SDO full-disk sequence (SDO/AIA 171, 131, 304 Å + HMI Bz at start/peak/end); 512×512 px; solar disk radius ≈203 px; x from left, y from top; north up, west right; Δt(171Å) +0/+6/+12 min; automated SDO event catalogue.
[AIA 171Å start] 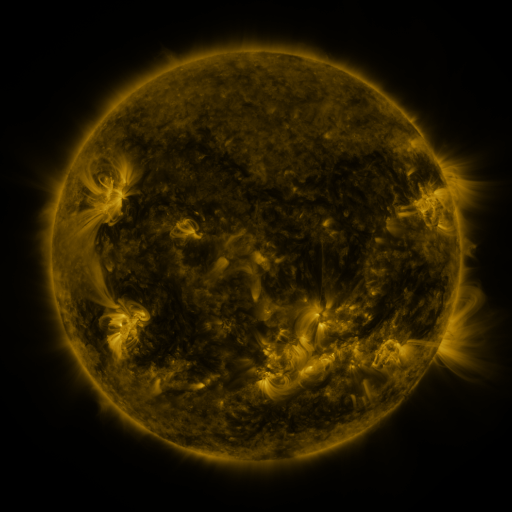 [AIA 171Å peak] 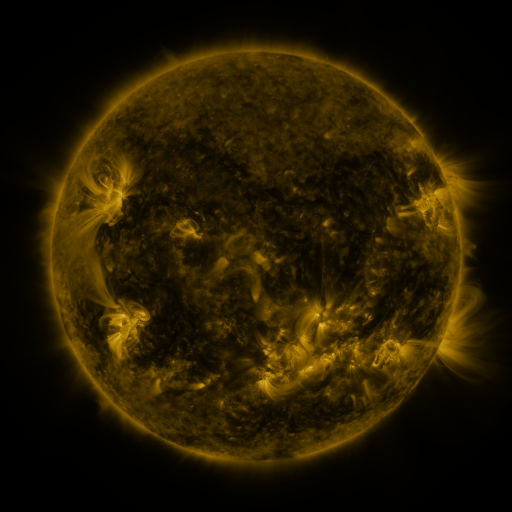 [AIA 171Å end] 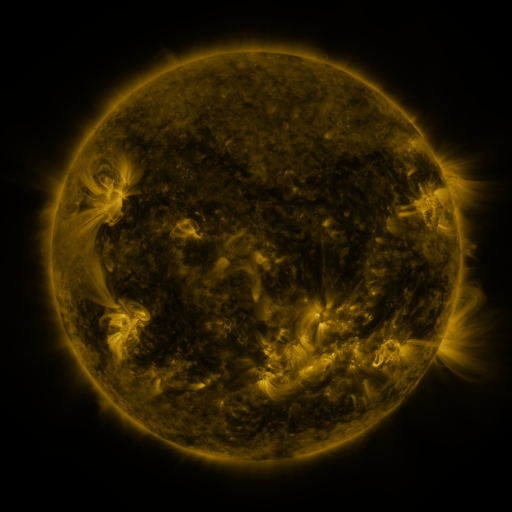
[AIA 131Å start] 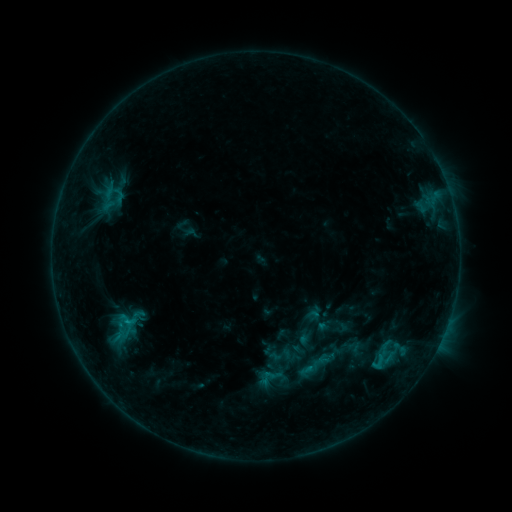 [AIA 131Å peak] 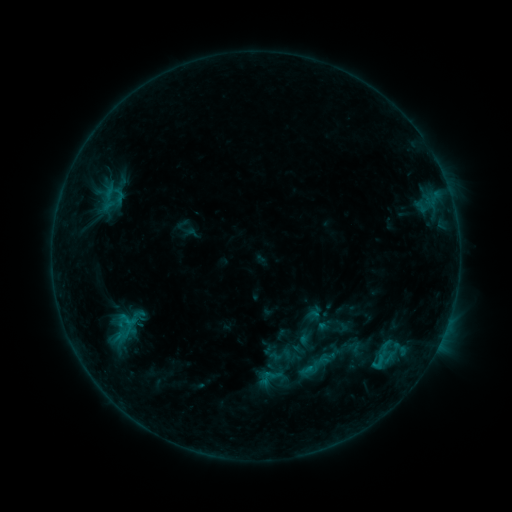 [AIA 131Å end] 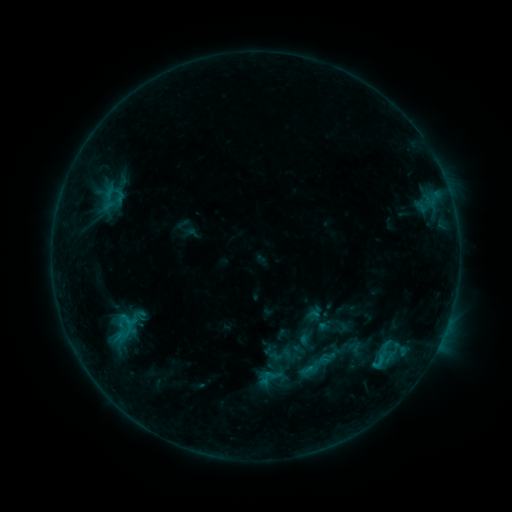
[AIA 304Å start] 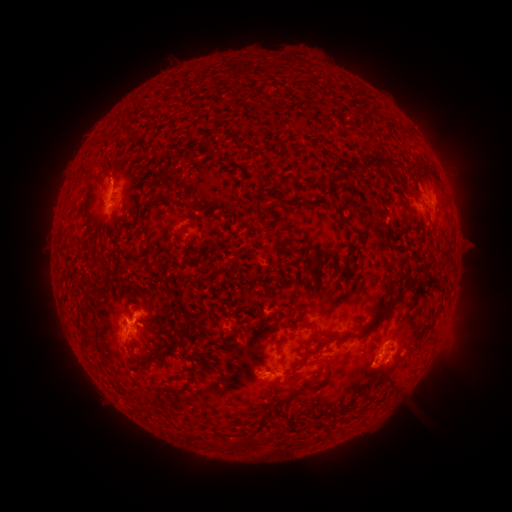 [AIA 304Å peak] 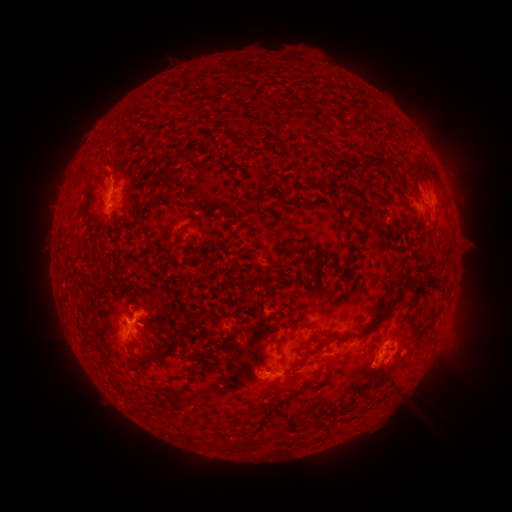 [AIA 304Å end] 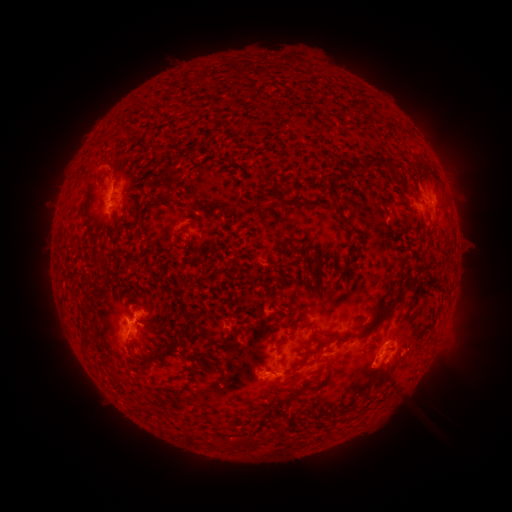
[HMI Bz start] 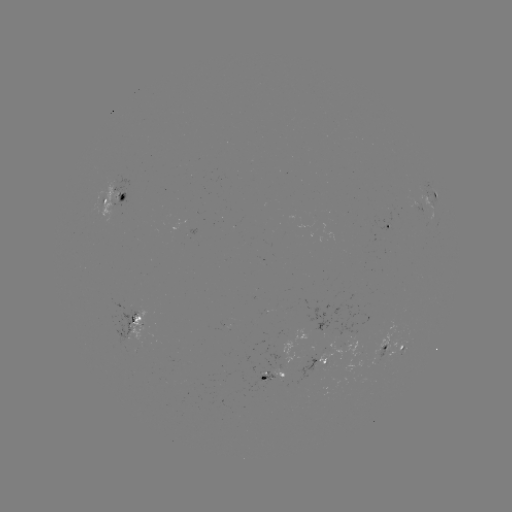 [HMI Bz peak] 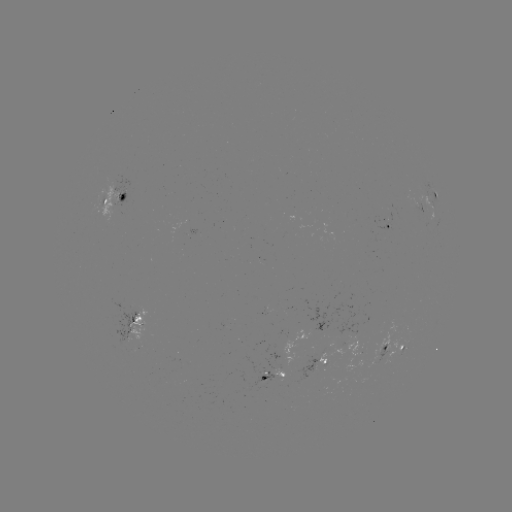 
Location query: eruption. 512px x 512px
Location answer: (110, 167).